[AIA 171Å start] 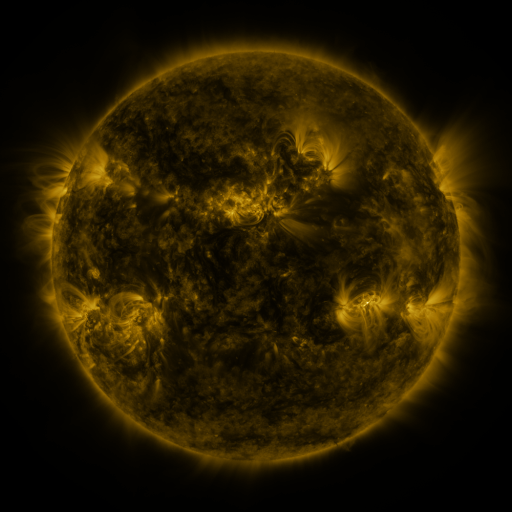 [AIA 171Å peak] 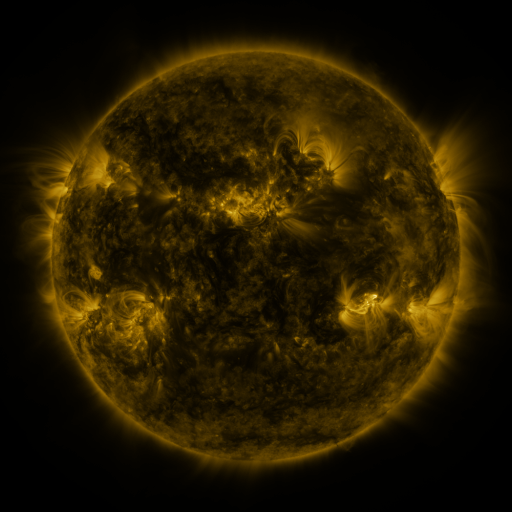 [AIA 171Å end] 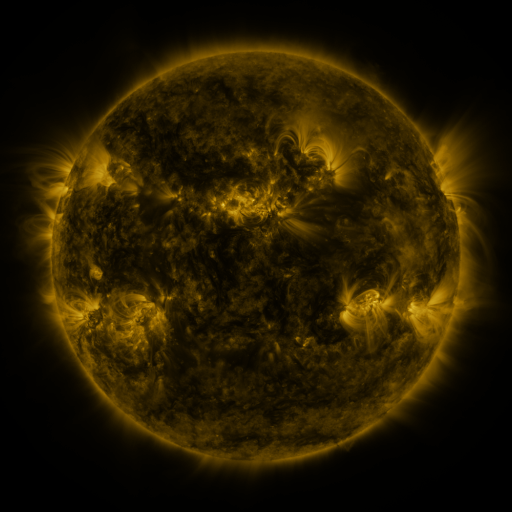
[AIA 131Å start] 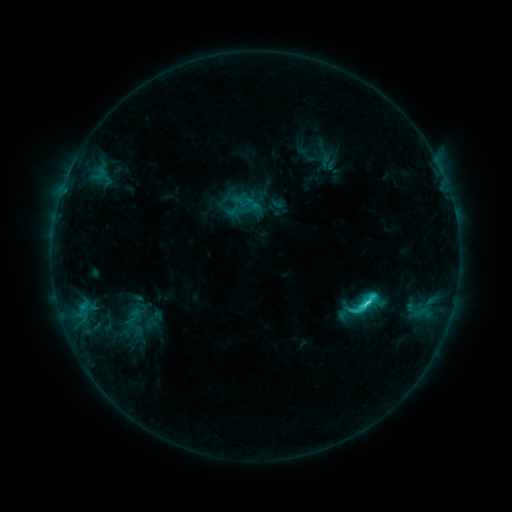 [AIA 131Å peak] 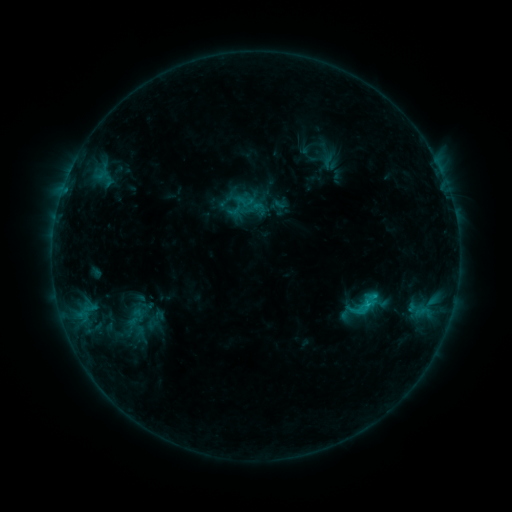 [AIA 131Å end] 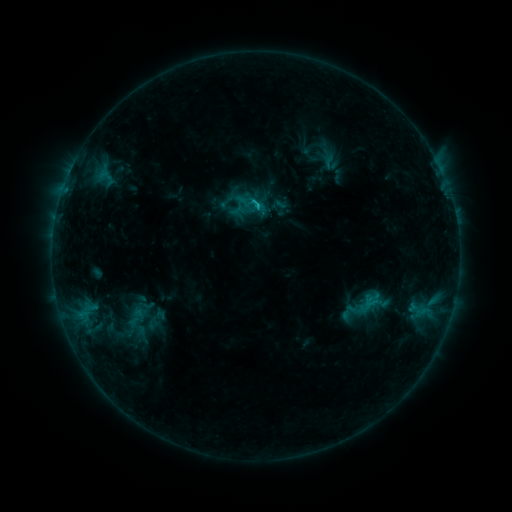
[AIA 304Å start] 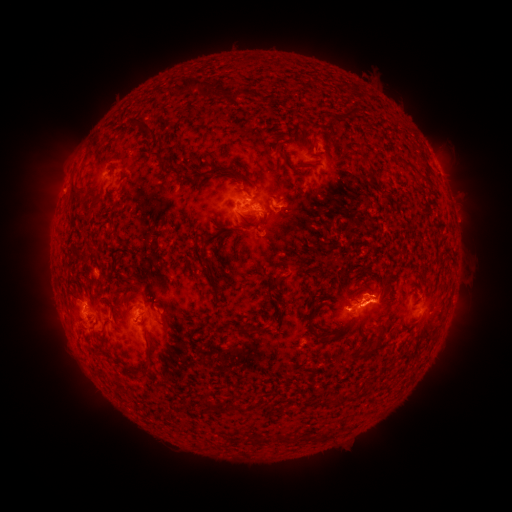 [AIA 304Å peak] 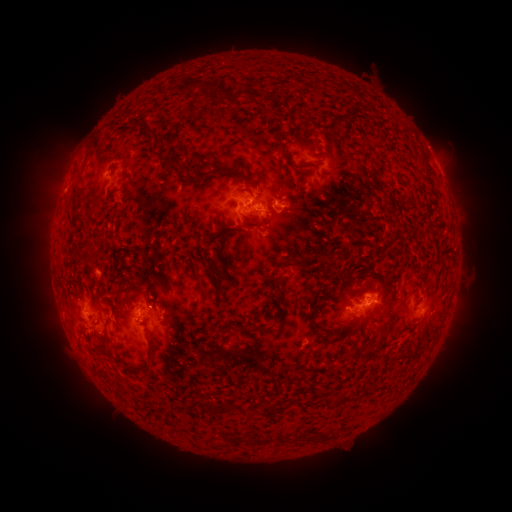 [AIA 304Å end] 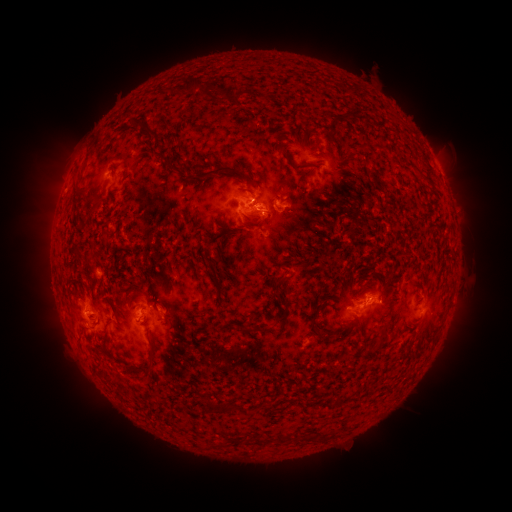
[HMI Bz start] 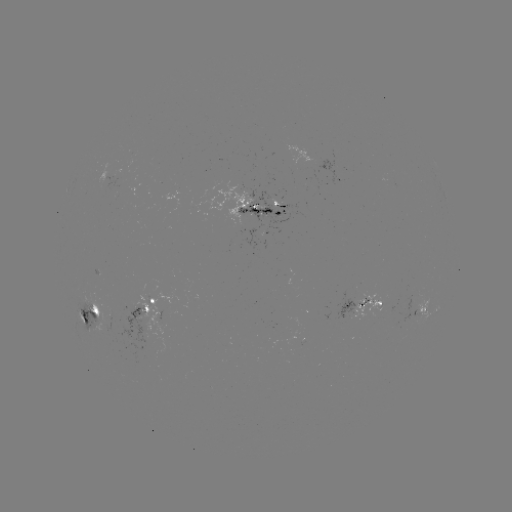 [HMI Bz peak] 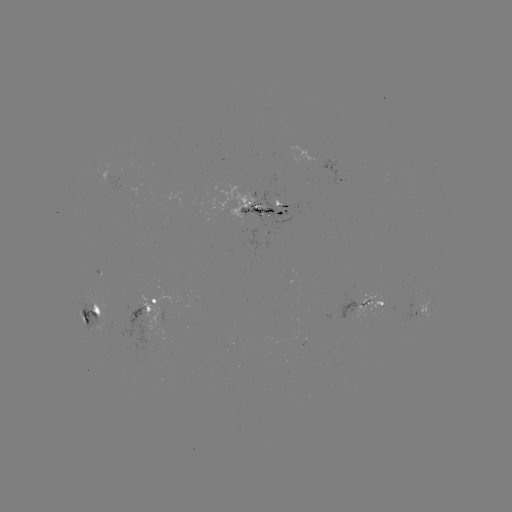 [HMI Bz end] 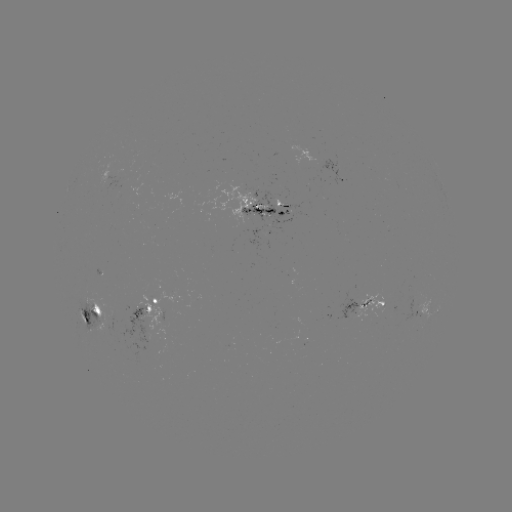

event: emerging-flux region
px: (123, 172)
